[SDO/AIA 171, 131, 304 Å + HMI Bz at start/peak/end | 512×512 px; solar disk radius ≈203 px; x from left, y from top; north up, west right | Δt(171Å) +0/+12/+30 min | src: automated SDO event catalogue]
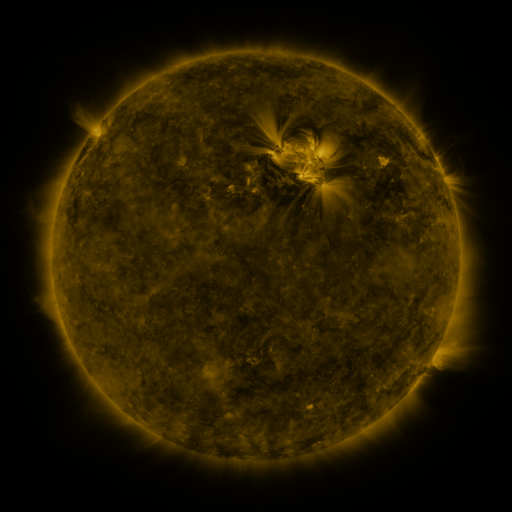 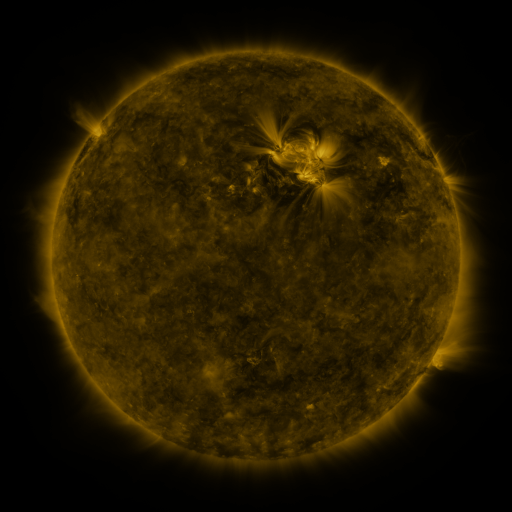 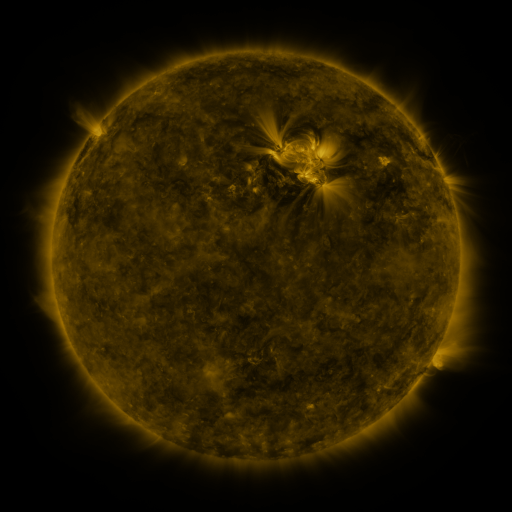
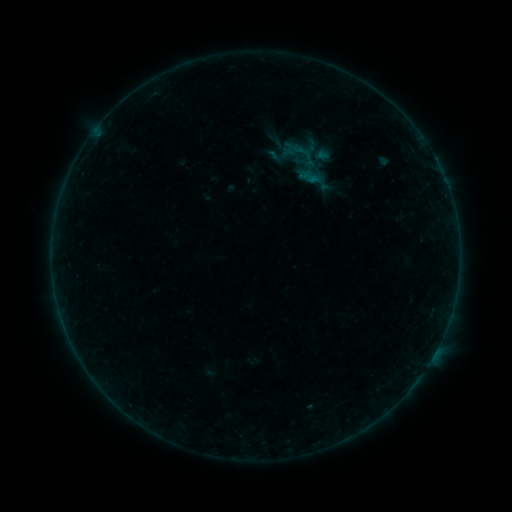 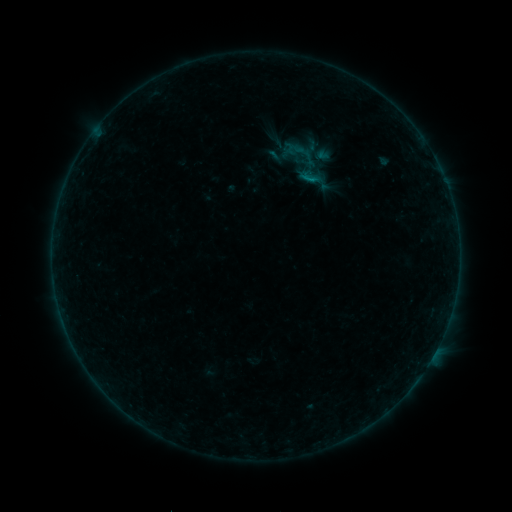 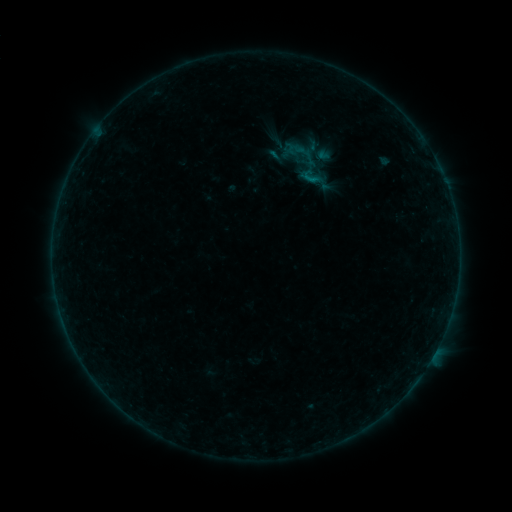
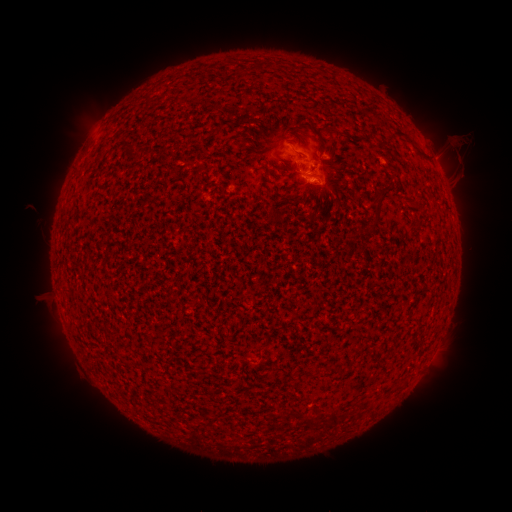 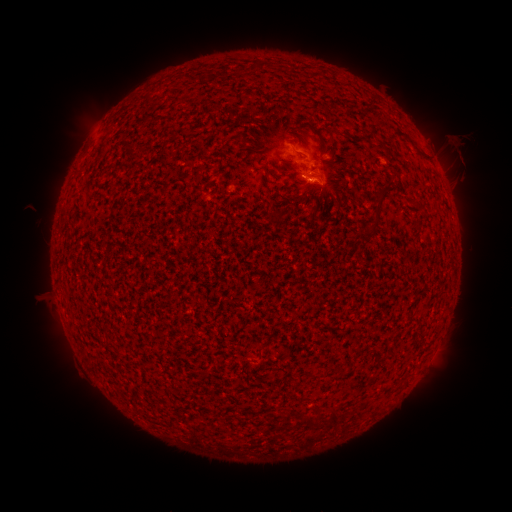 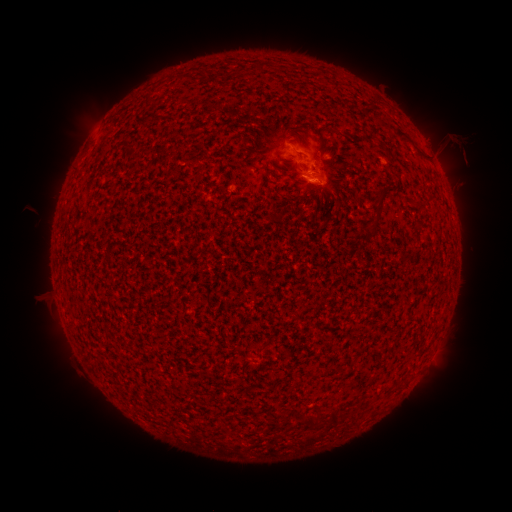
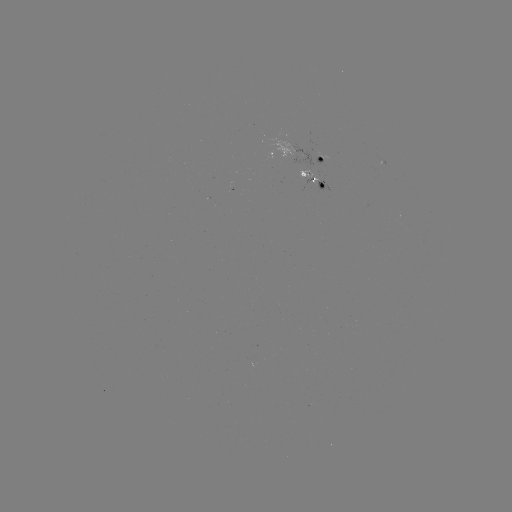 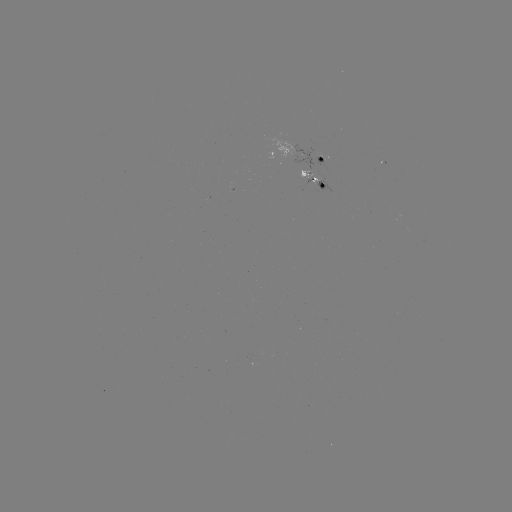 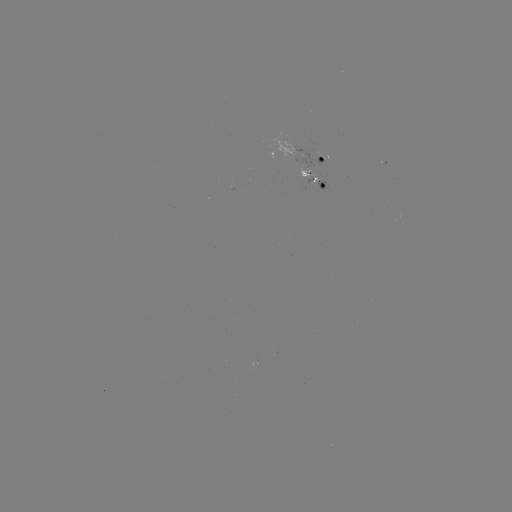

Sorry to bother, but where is B2.3 flare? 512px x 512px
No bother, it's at (309, 179).